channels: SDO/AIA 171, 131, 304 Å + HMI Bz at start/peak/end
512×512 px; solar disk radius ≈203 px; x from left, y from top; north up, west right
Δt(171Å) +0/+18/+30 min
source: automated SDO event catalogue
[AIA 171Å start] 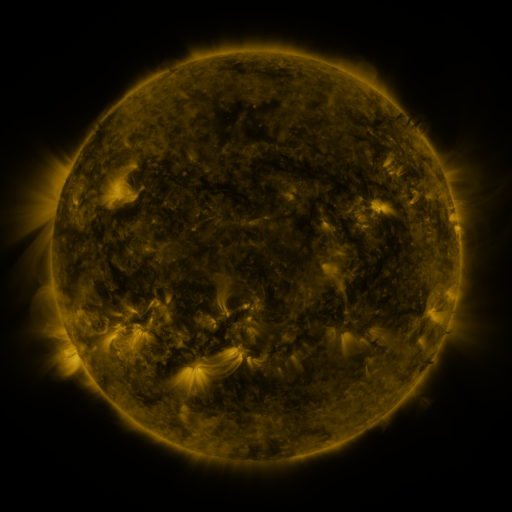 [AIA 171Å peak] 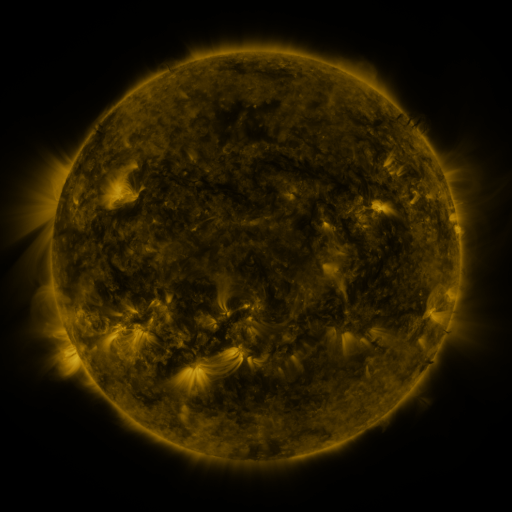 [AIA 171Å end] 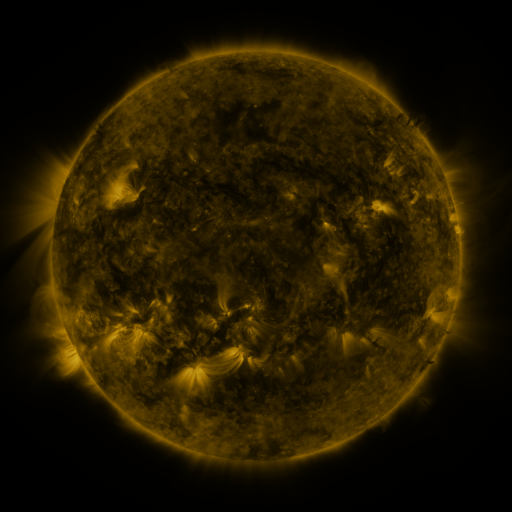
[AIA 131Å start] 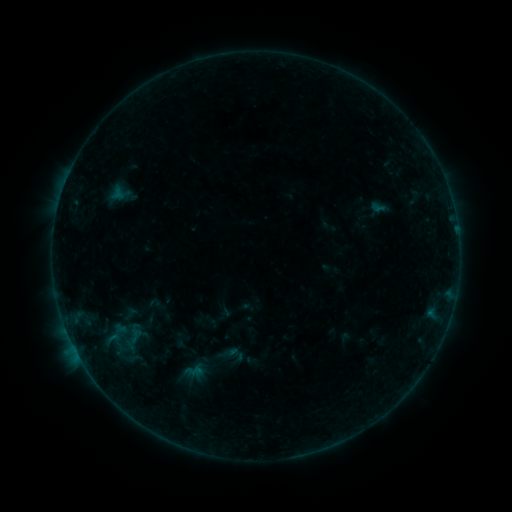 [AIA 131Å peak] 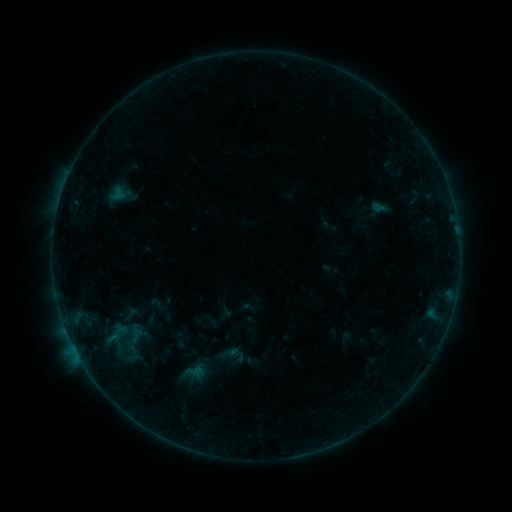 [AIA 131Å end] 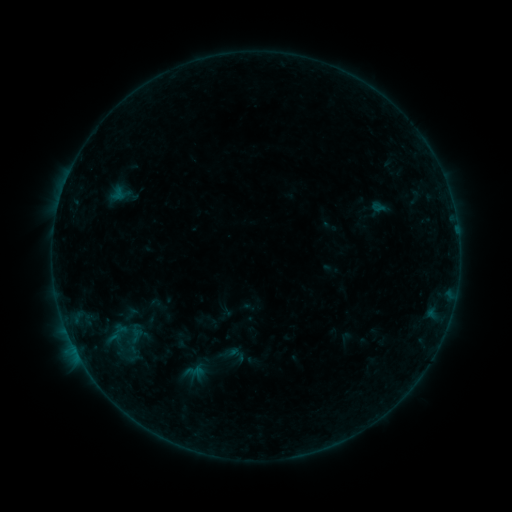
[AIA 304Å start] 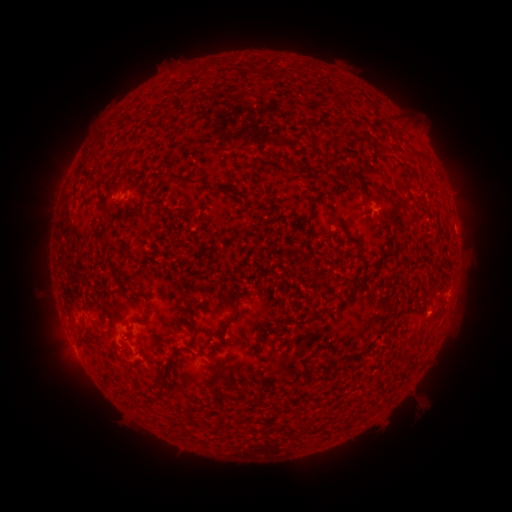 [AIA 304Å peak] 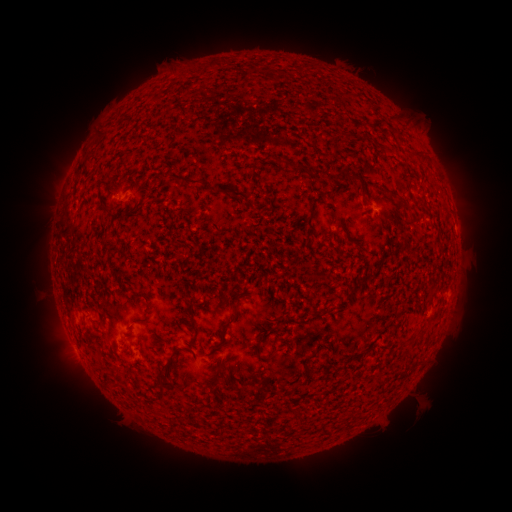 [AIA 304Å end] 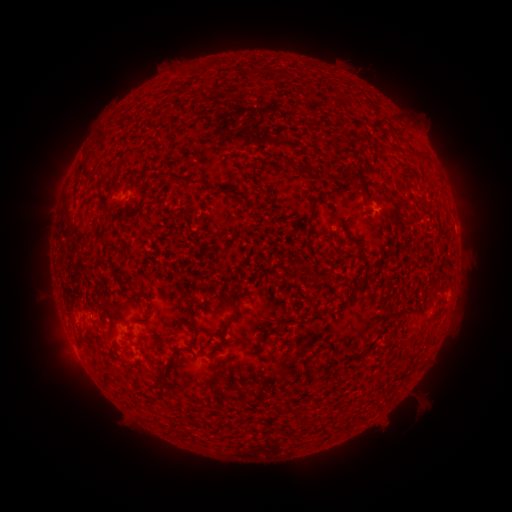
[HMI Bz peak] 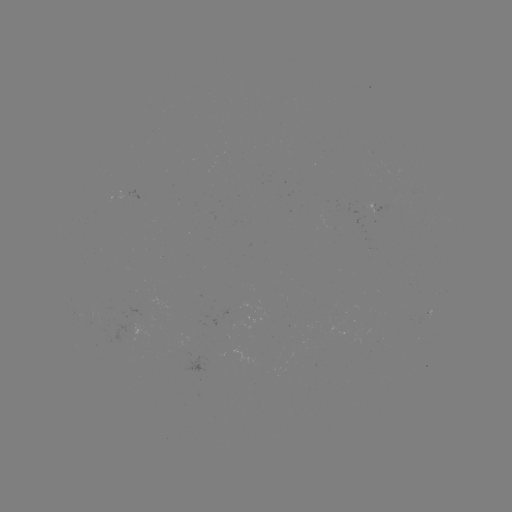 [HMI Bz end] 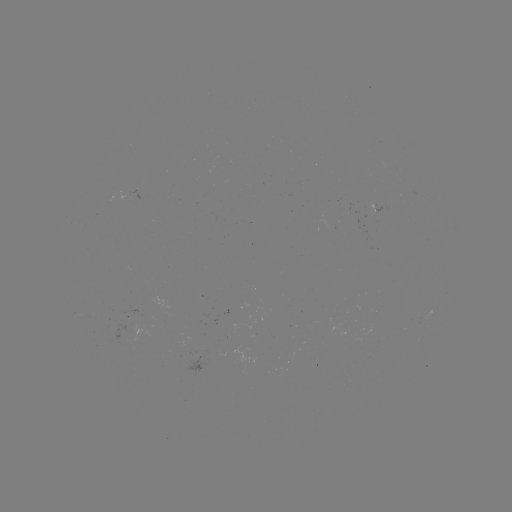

no flare in any classed list; no EUV-trigger detection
